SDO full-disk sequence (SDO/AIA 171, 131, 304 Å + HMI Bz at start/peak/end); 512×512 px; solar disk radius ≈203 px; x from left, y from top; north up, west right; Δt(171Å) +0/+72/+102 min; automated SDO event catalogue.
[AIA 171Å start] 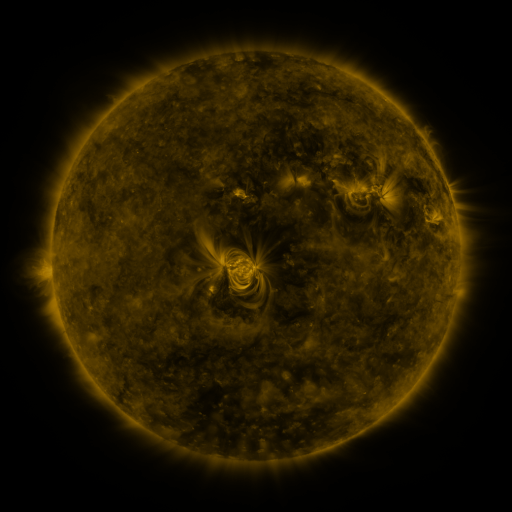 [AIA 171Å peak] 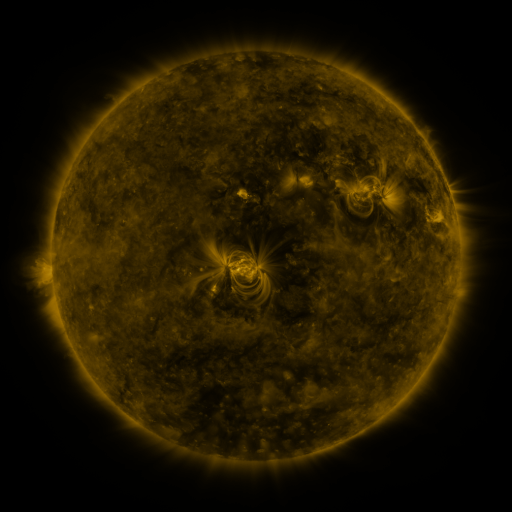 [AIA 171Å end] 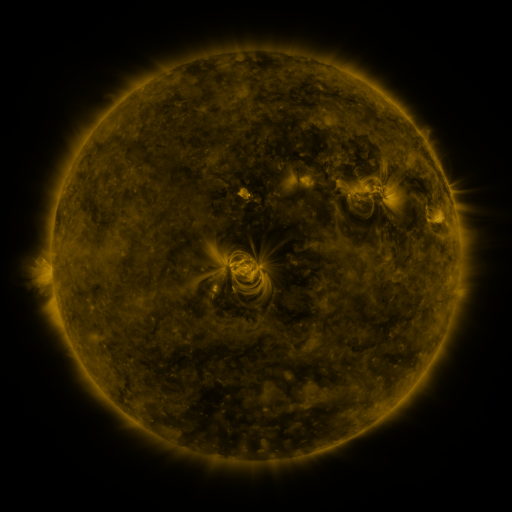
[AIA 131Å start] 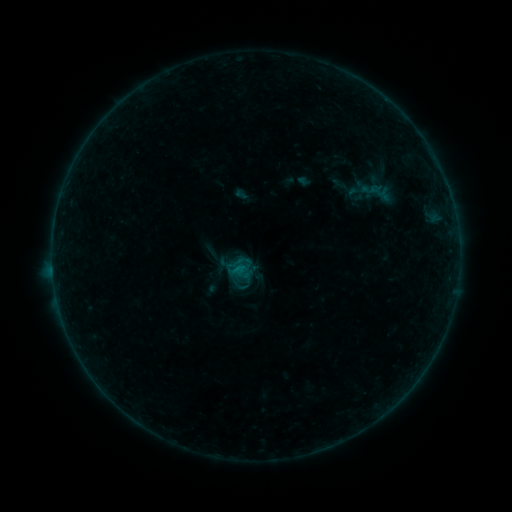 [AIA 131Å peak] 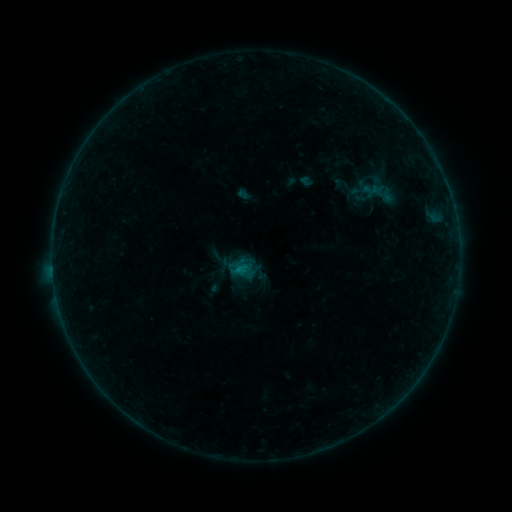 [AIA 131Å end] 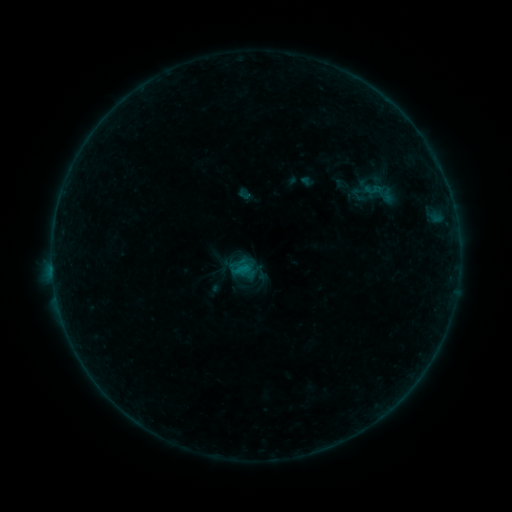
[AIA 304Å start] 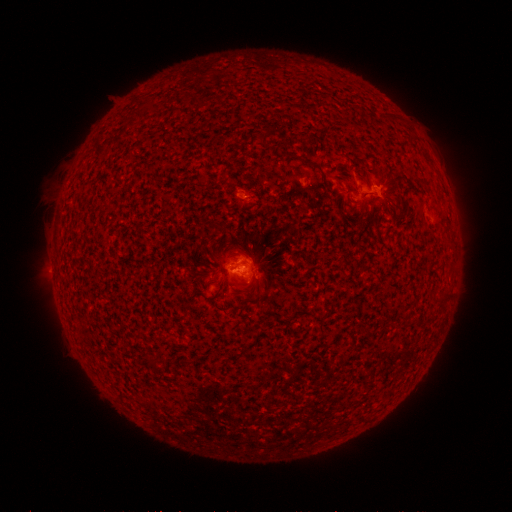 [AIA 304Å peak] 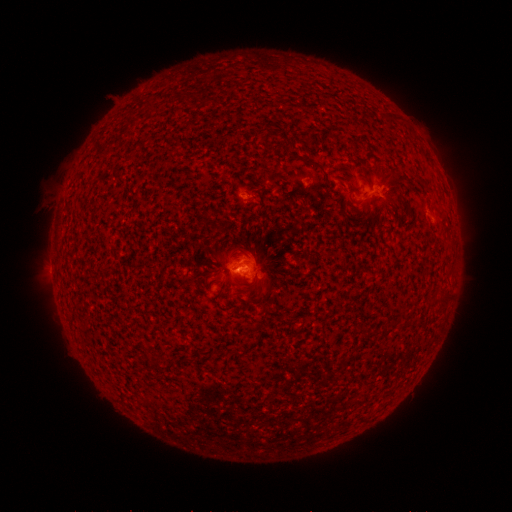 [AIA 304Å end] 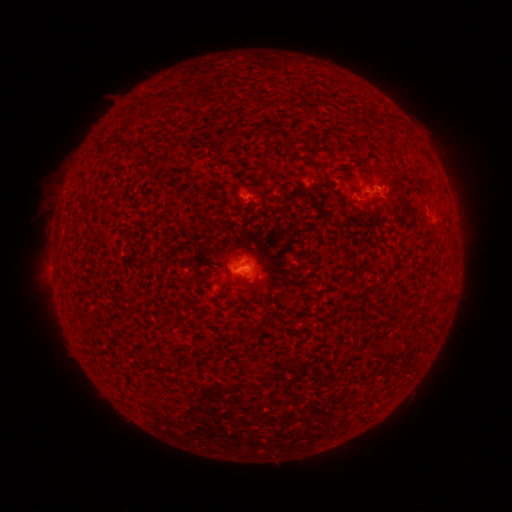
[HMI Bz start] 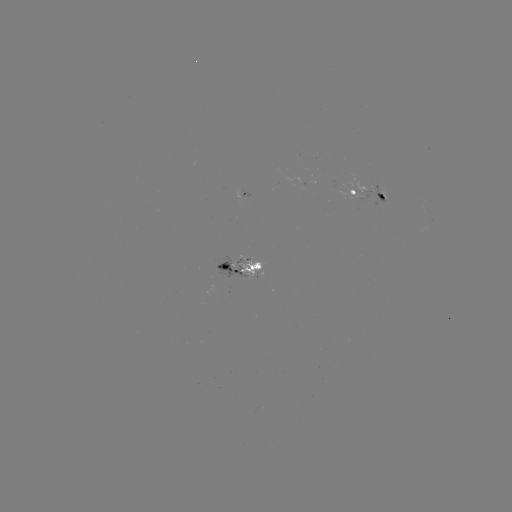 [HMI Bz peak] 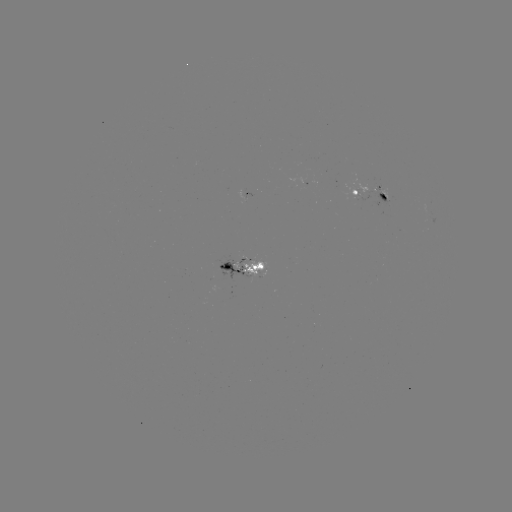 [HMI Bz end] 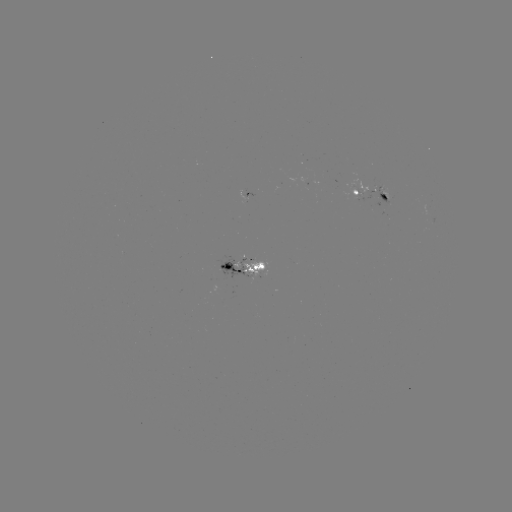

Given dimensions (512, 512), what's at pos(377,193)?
emerging-flux region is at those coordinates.